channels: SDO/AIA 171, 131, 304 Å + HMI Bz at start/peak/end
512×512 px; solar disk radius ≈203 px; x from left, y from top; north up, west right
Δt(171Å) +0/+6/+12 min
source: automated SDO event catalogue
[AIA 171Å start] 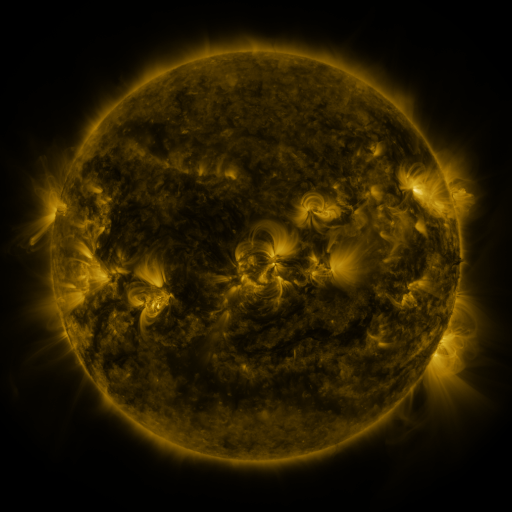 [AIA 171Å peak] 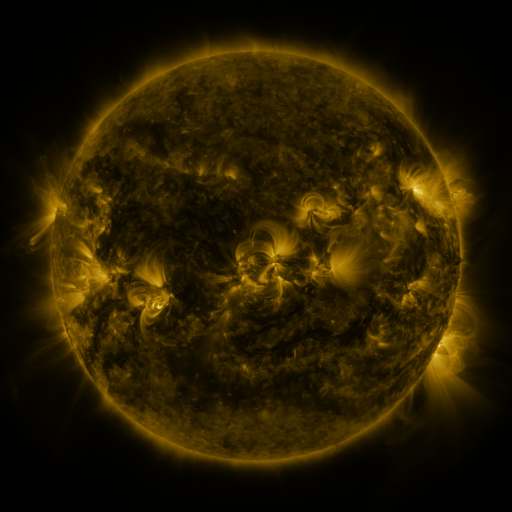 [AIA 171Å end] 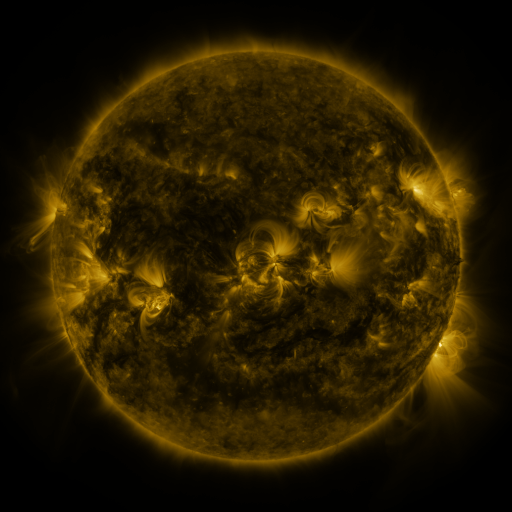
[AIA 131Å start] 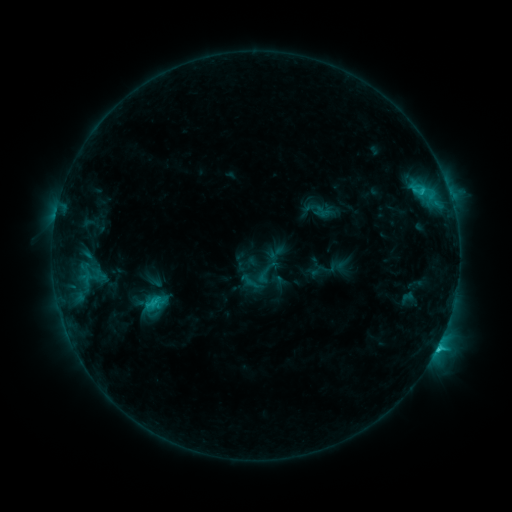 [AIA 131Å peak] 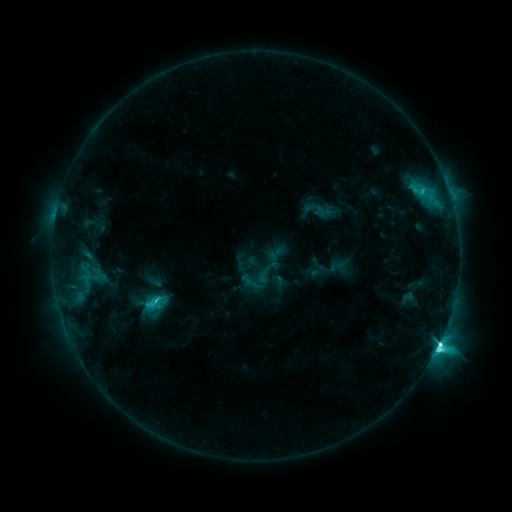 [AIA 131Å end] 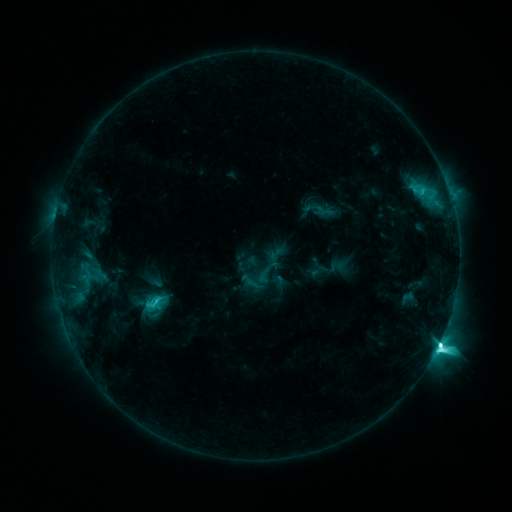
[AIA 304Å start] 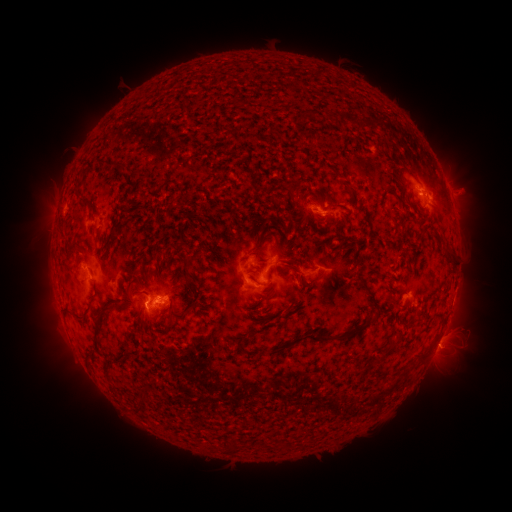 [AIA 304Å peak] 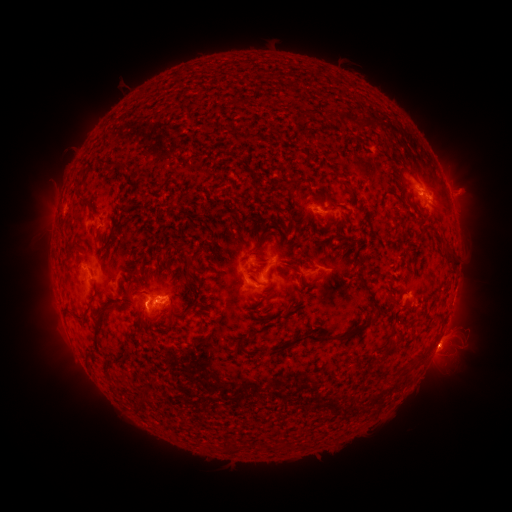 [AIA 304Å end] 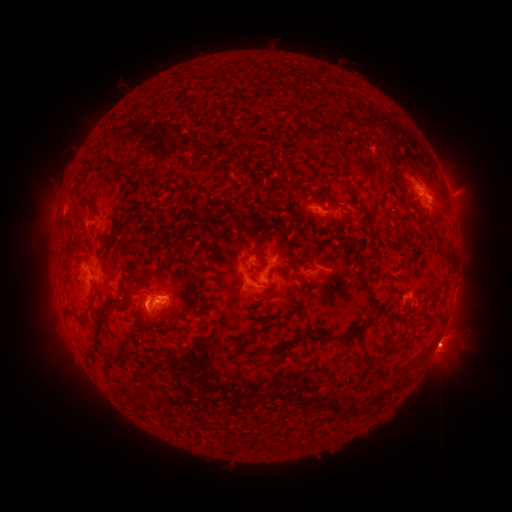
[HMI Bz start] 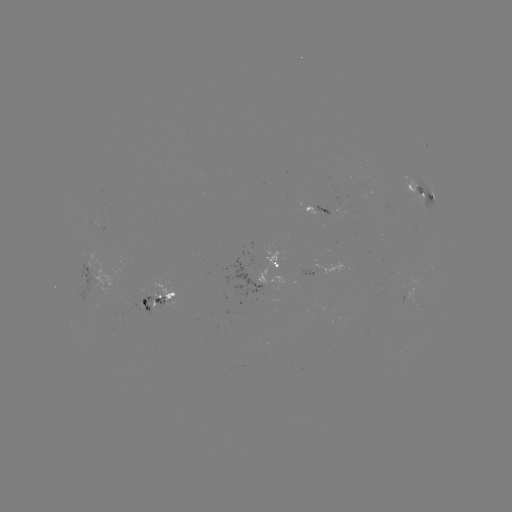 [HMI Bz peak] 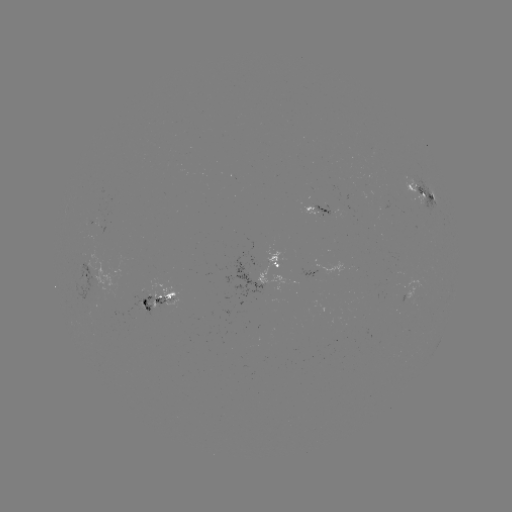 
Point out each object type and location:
M1.7 flare: (439, 339)
